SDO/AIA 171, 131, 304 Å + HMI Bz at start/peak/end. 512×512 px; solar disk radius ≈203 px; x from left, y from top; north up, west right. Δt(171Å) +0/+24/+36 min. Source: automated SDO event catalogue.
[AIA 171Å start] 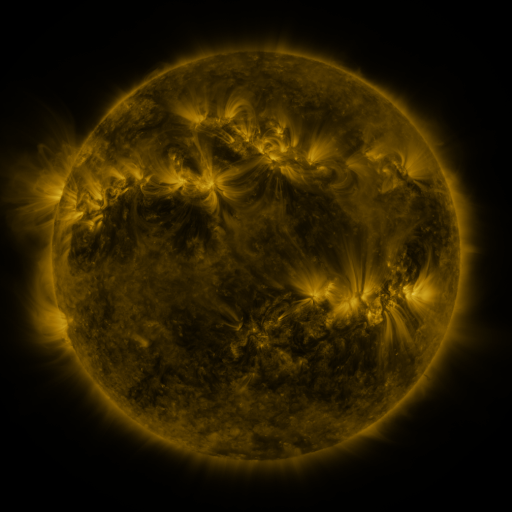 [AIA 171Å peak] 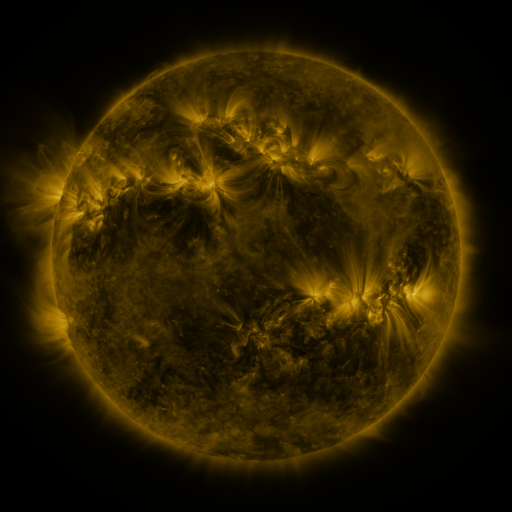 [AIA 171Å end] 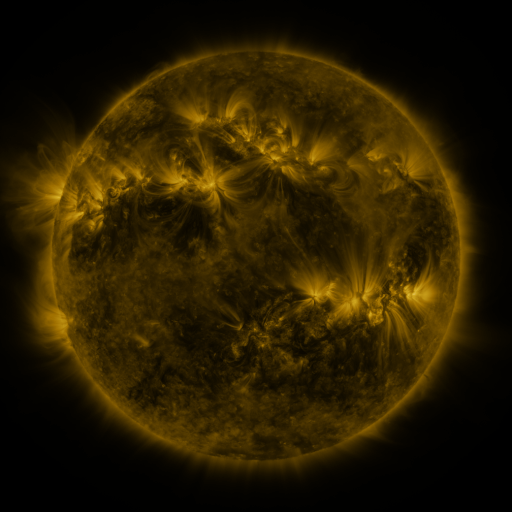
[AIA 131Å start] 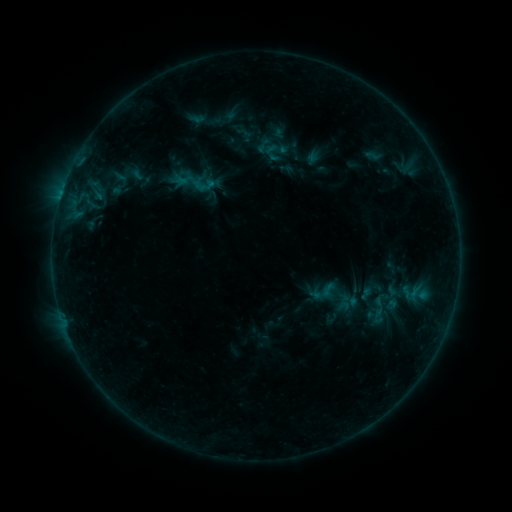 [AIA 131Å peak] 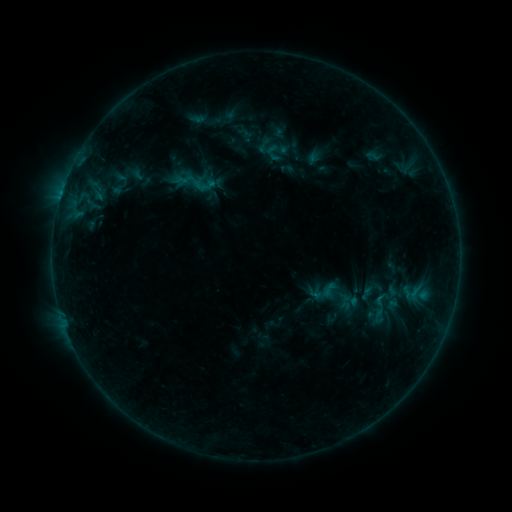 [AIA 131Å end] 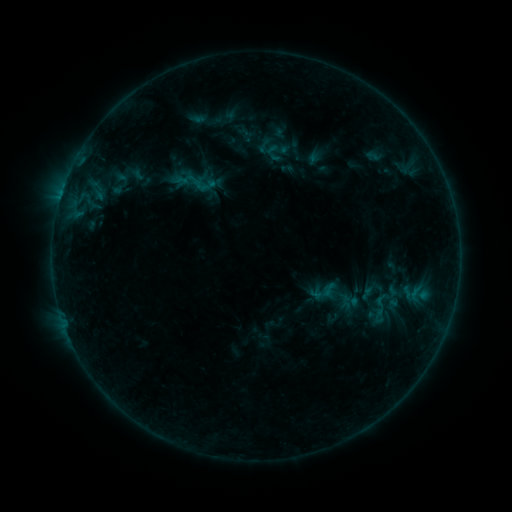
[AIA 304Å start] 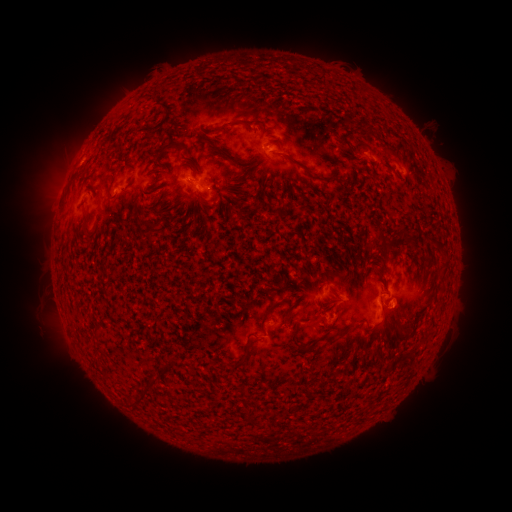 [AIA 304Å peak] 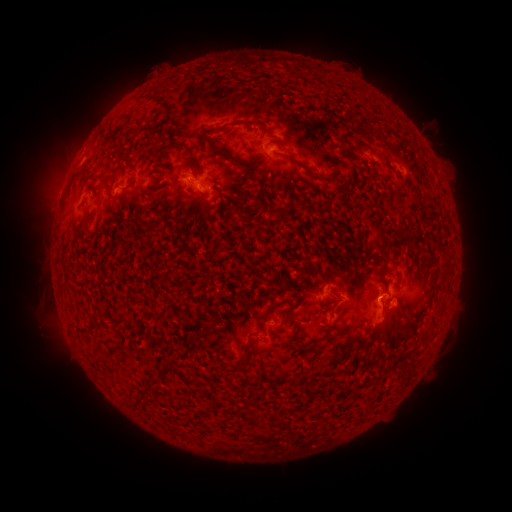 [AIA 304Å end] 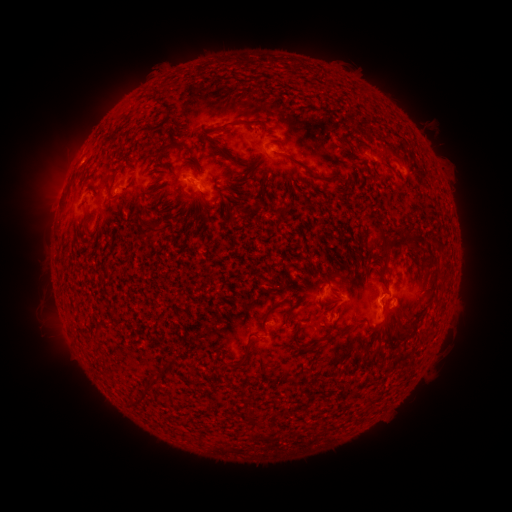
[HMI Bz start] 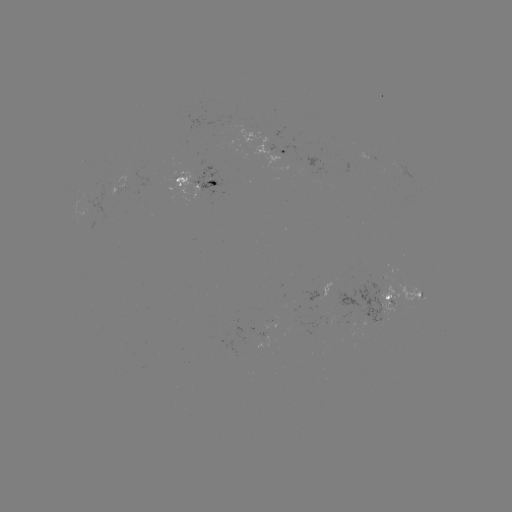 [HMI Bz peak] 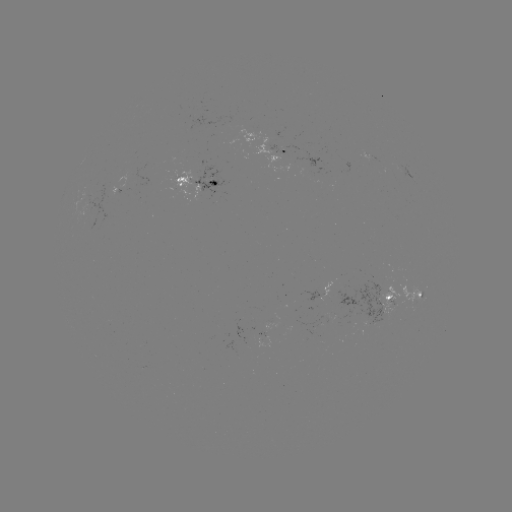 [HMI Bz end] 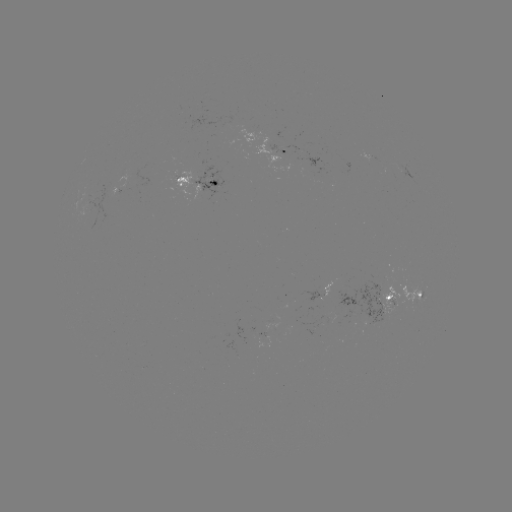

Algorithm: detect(emerging-flux region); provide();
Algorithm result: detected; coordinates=(383, 292)